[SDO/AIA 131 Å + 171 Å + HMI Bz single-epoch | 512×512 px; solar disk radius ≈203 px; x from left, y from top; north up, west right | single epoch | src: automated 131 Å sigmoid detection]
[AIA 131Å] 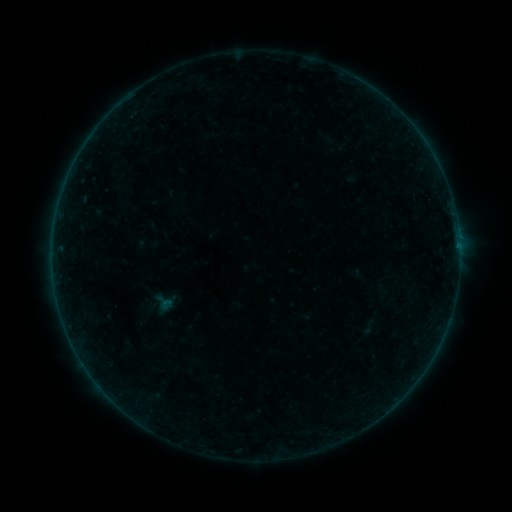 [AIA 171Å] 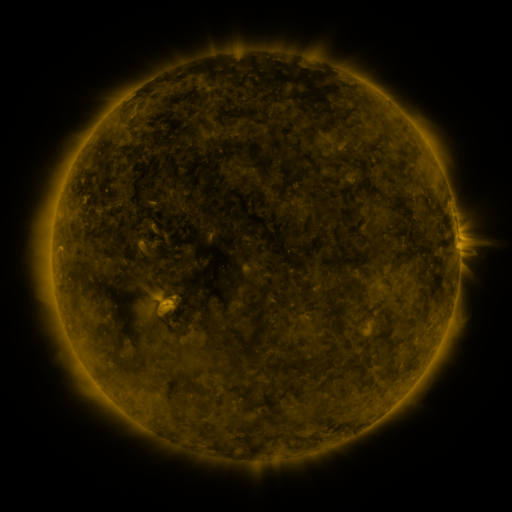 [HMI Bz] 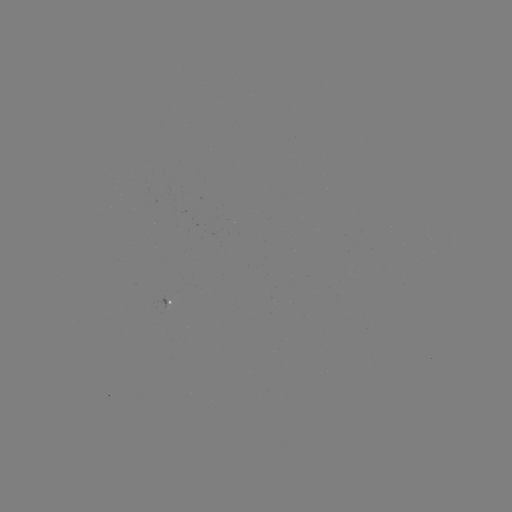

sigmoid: [360, 318, 378, 336]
